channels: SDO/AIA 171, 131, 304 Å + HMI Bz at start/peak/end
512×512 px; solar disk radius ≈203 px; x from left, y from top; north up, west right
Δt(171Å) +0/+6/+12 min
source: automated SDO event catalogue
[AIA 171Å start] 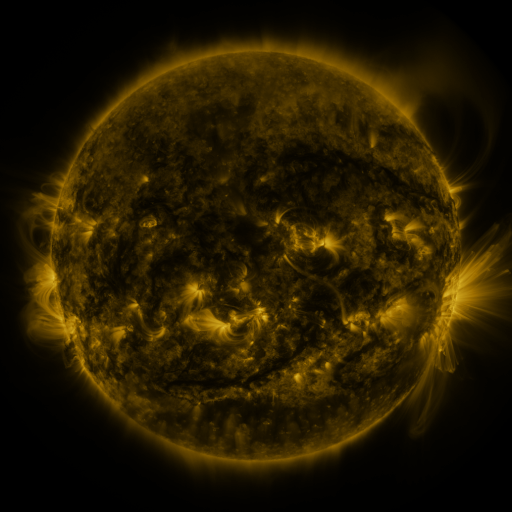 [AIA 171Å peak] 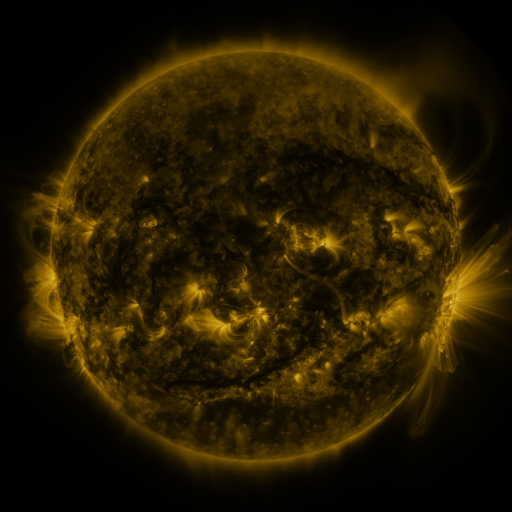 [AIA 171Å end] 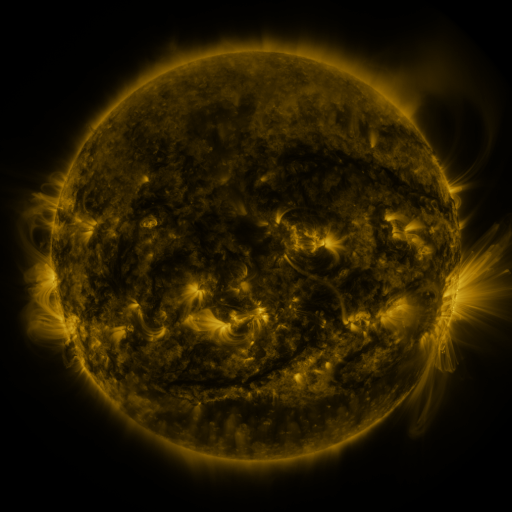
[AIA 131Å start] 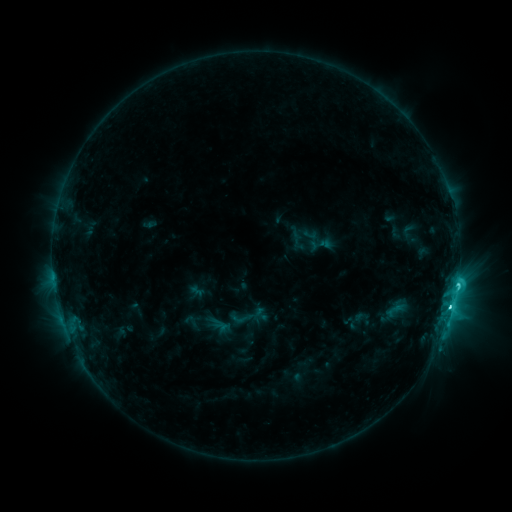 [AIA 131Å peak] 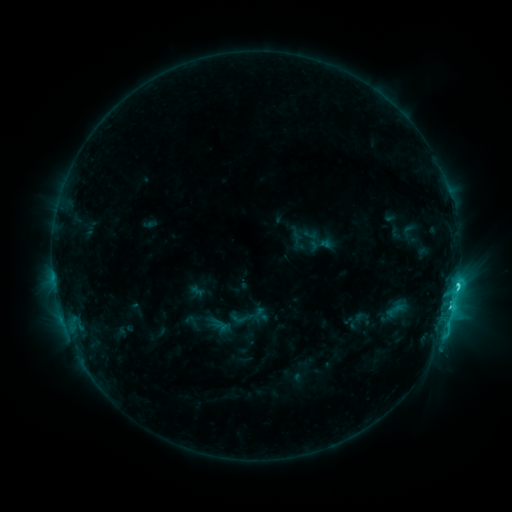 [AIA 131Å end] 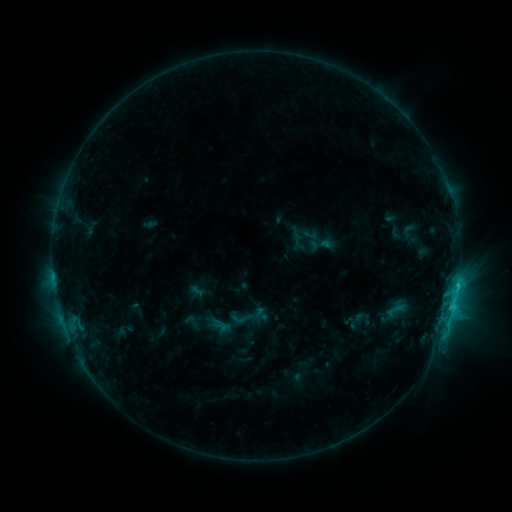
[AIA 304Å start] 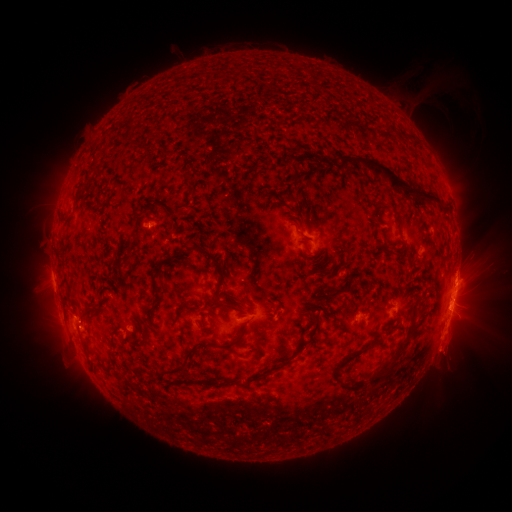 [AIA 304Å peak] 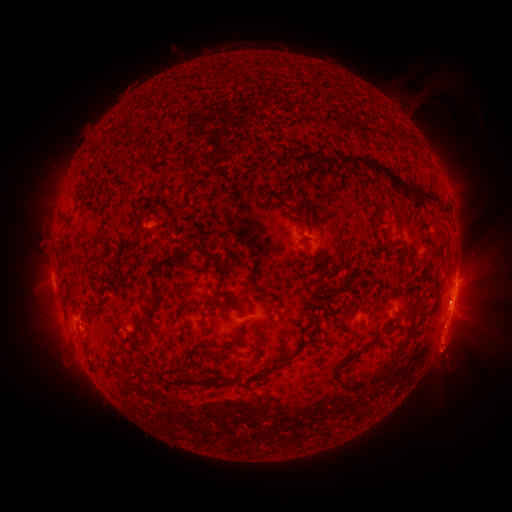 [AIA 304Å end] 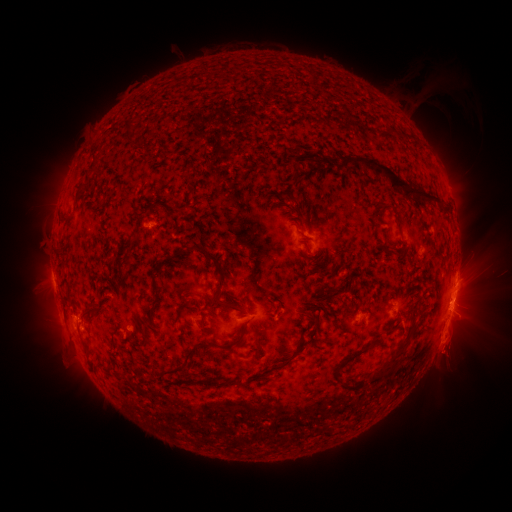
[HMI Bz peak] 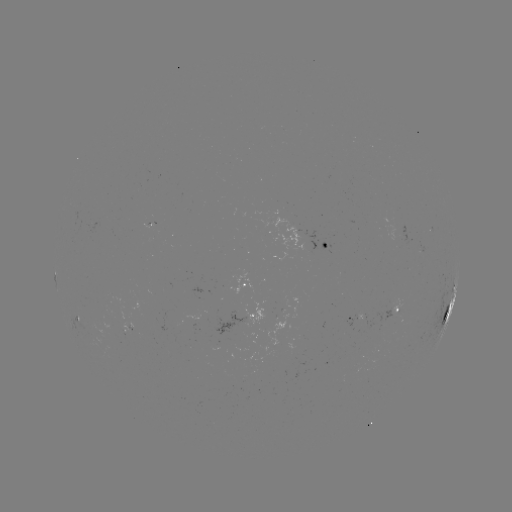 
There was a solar eruption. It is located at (448, 348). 